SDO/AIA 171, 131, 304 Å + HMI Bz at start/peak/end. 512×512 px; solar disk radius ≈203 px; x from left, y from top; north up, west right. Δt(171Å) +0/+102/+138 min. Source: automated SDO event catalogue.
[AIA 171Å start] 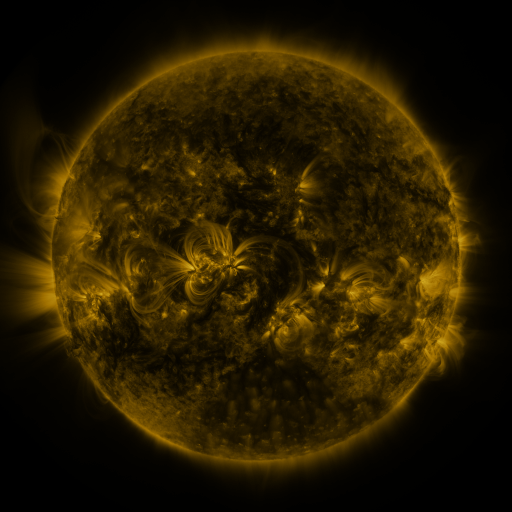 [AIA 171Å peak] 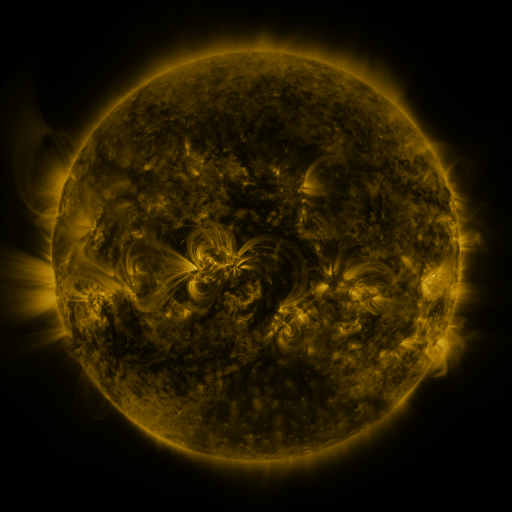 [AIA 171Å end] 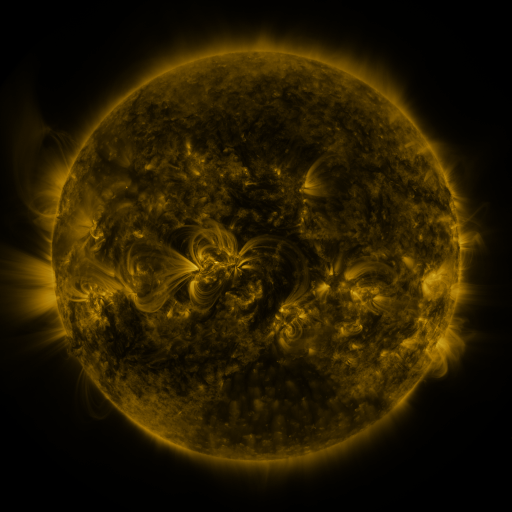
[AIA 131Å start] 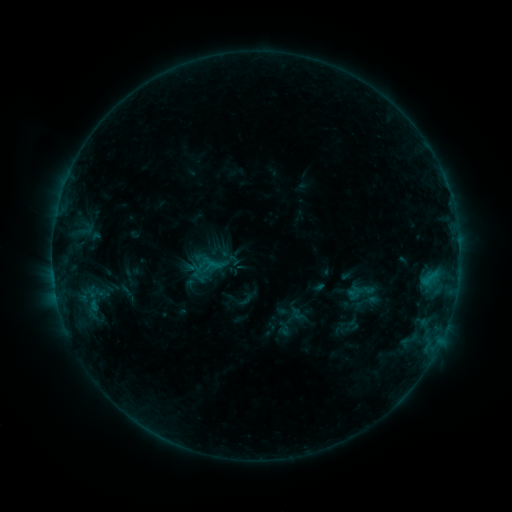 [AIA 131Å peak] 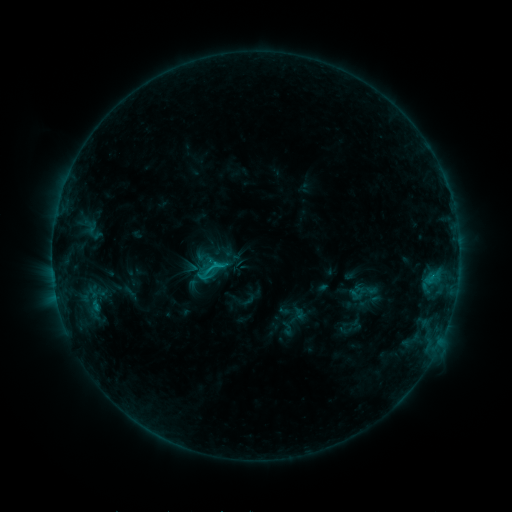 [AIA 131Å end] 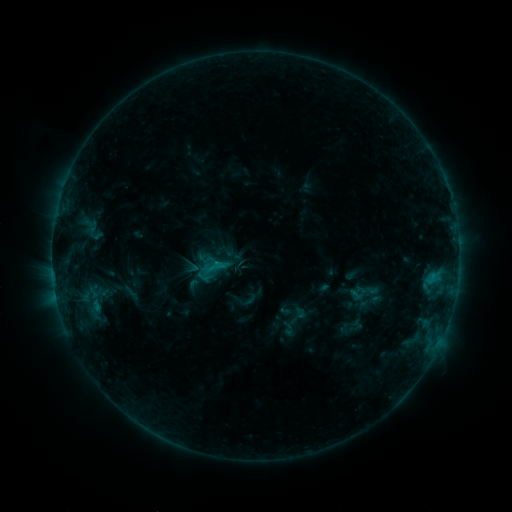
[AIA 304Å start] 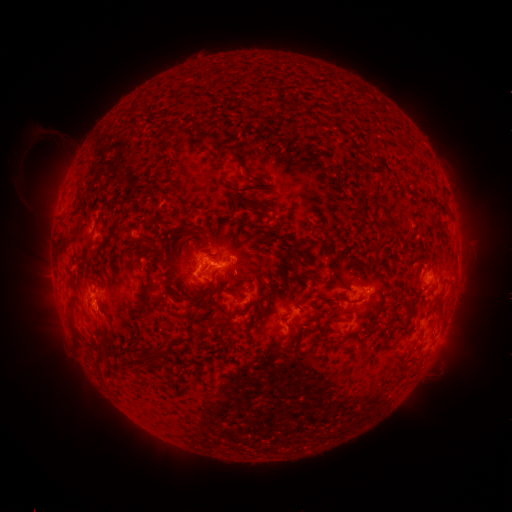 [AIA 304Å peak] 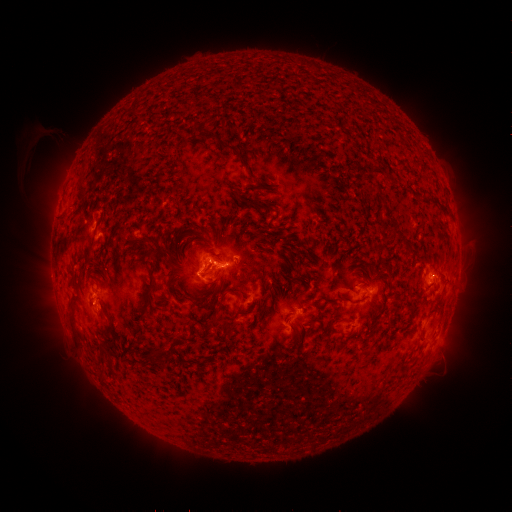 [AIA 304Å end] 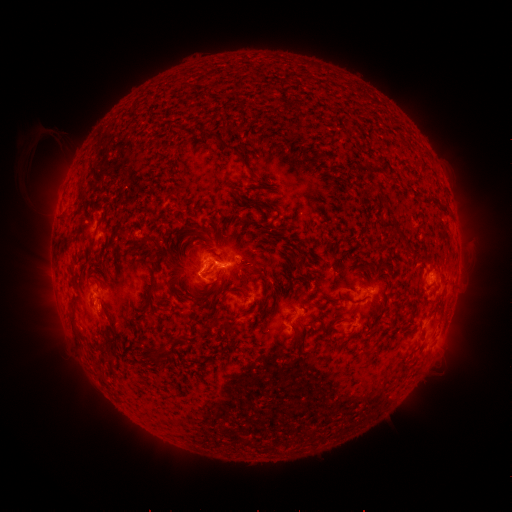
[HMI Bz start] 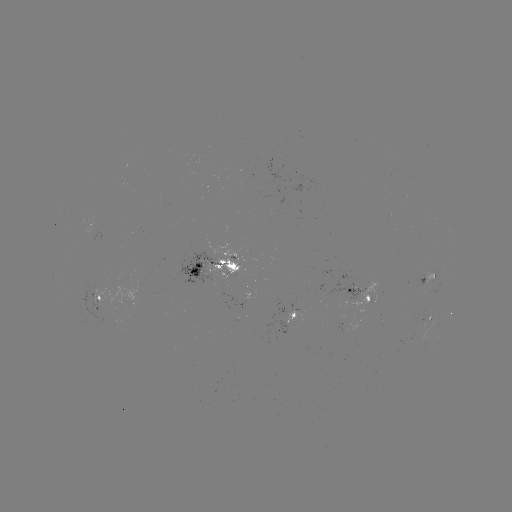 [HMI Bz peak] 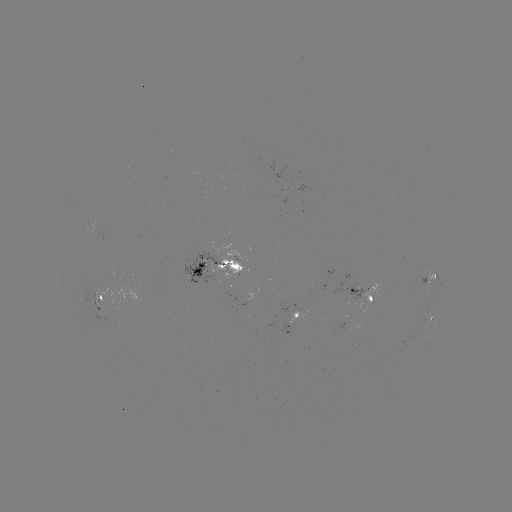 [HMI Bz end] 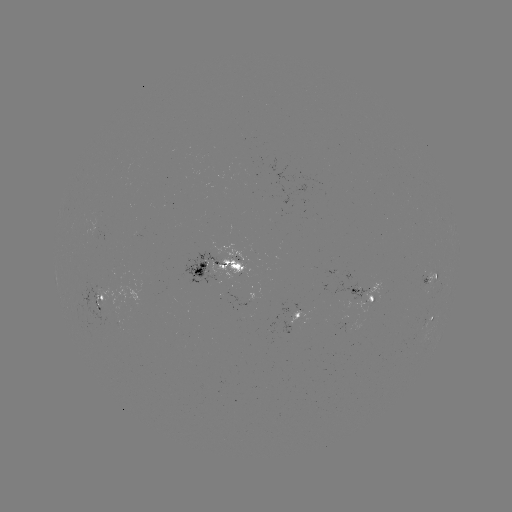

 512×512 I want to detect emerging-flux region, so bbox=[356, 302, 369, 314].